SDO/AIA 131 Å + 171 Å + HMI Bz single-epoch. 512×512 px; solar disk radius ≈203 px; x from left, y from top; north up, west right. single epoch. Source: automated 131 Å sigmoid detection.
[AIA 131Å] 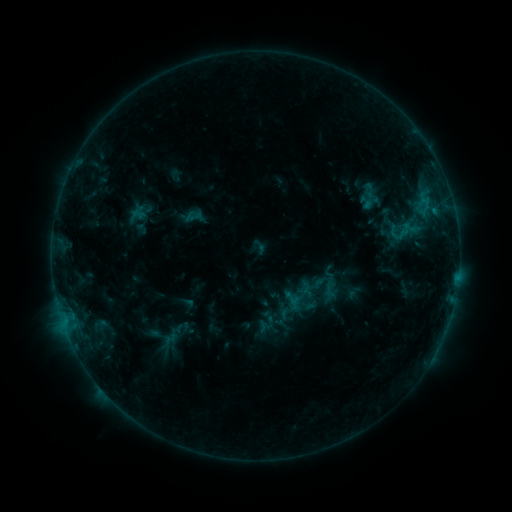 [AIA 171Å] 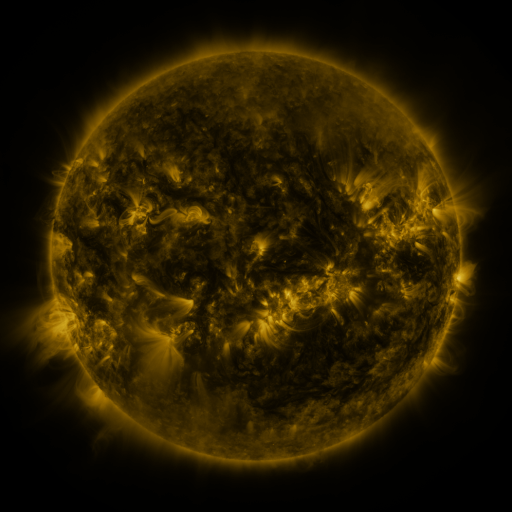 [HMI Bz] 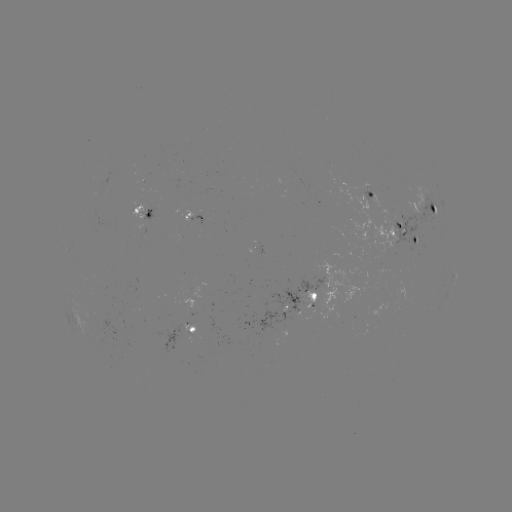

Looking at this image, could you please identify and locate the sigmoid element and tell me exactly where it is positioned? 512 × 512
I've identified sigmoid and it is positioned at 323,287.